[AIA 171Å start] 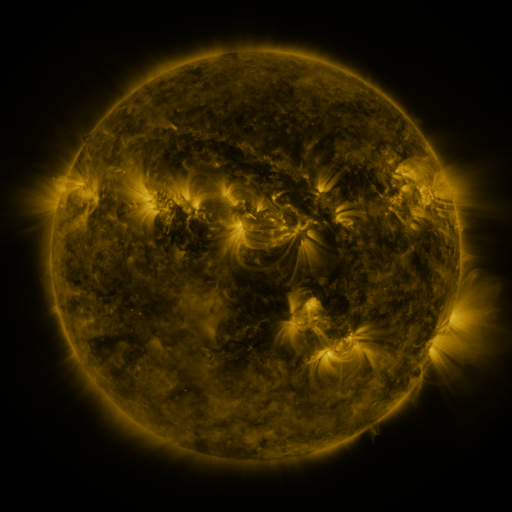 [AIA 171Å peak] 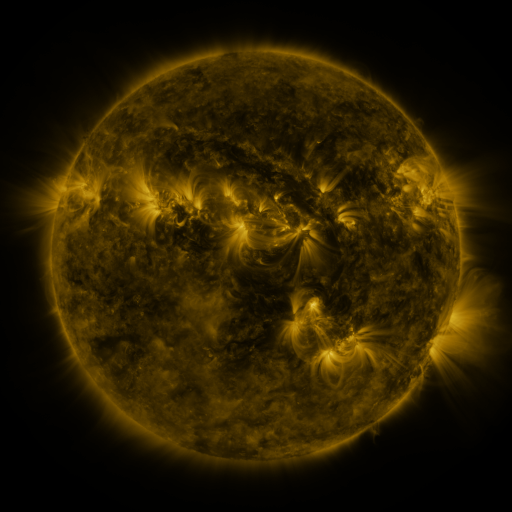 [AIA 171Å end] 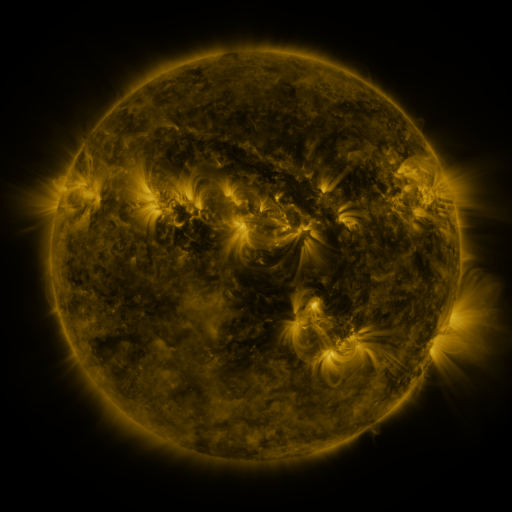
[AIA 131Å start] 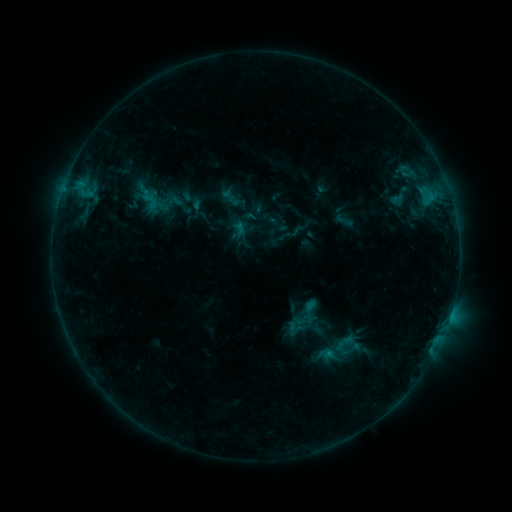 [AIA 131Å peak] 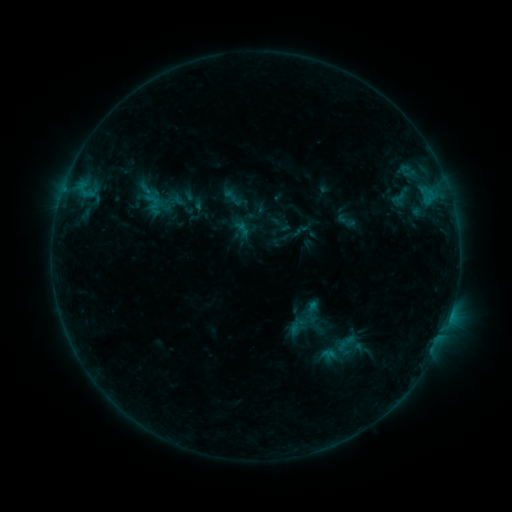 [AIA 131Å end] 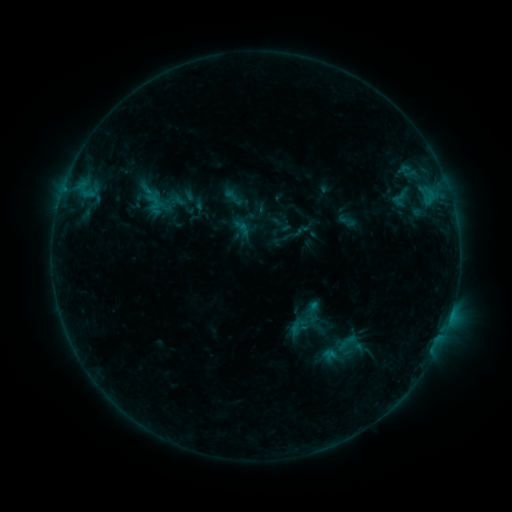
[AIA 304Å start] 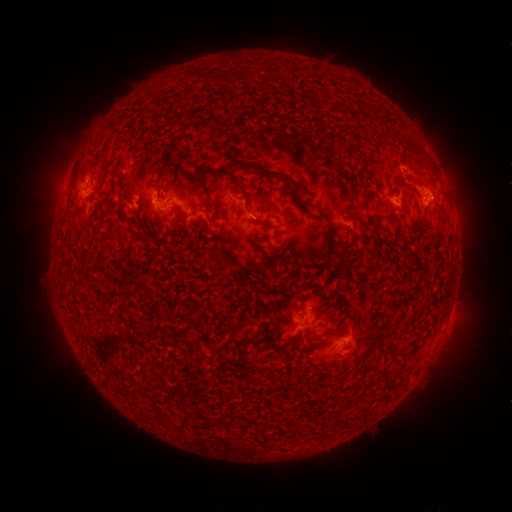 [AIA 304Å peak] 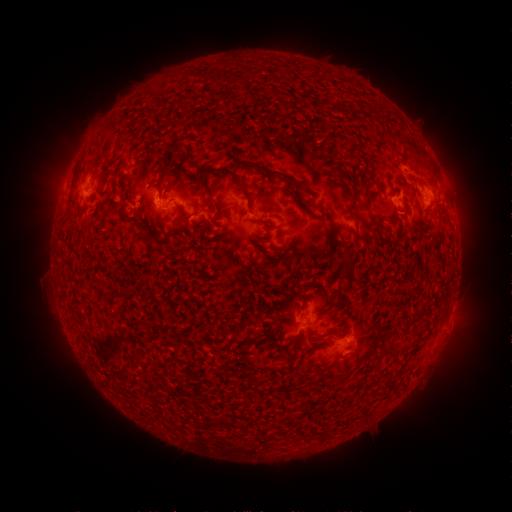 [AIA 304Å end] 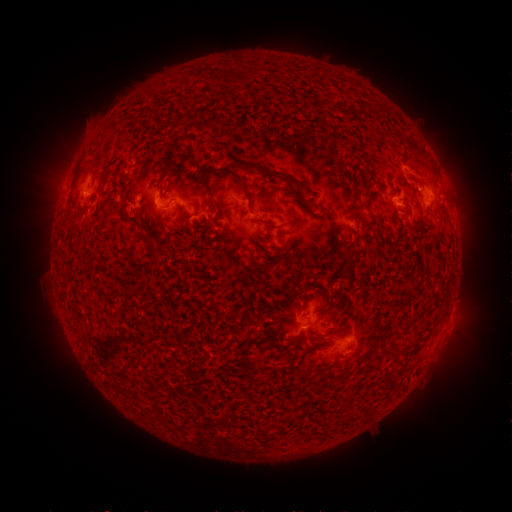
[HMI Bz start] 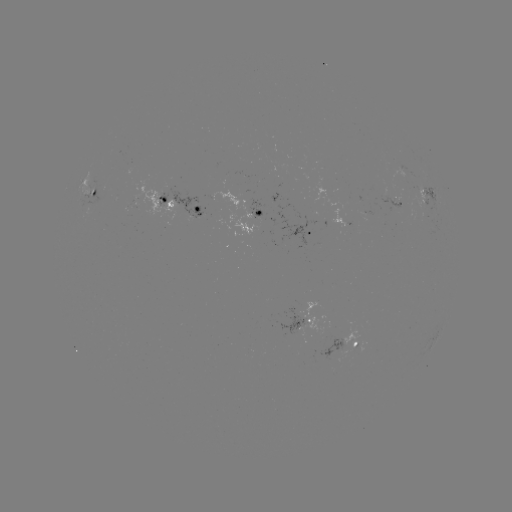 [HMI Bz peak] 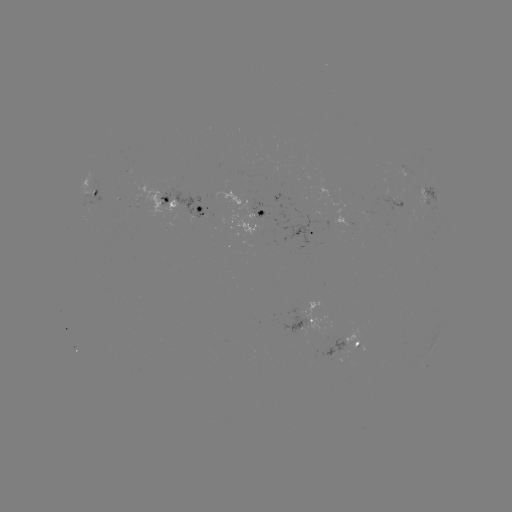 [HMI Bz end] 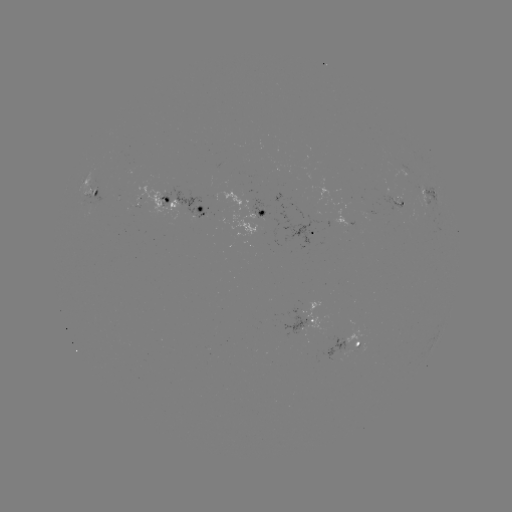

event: emerging-flux region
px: (292, 238)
